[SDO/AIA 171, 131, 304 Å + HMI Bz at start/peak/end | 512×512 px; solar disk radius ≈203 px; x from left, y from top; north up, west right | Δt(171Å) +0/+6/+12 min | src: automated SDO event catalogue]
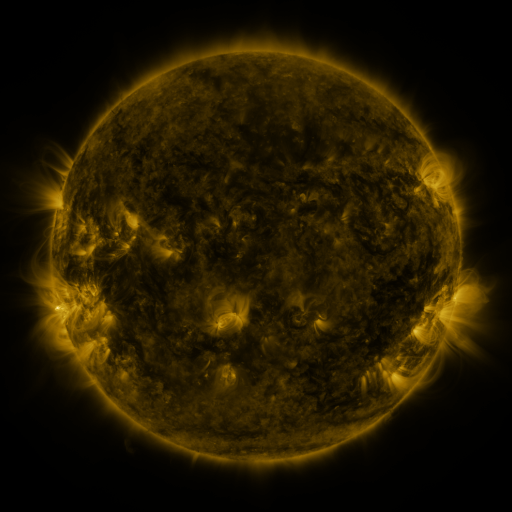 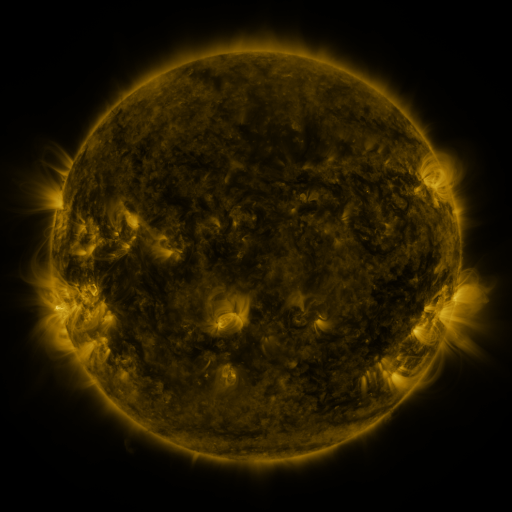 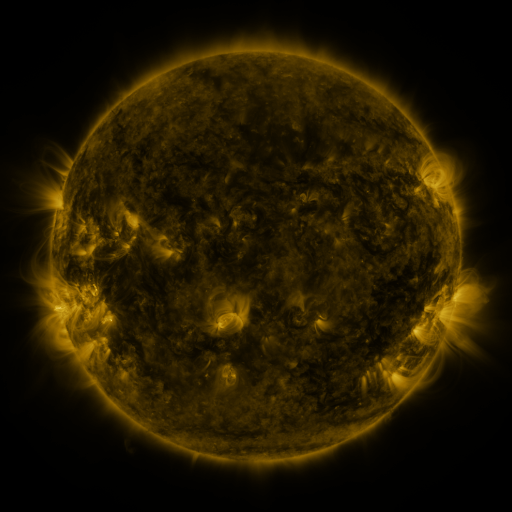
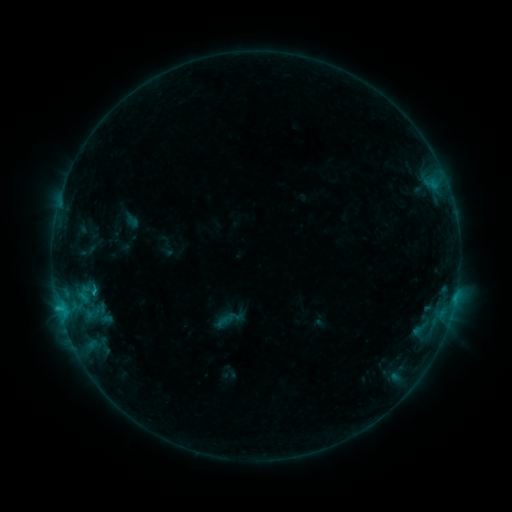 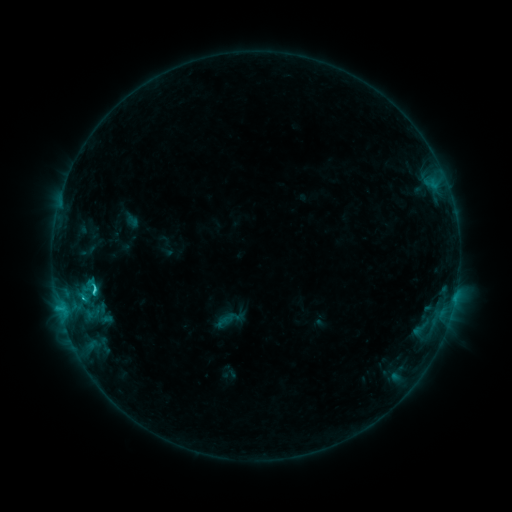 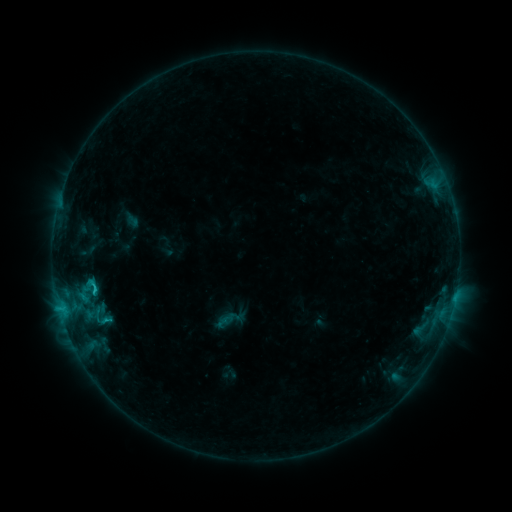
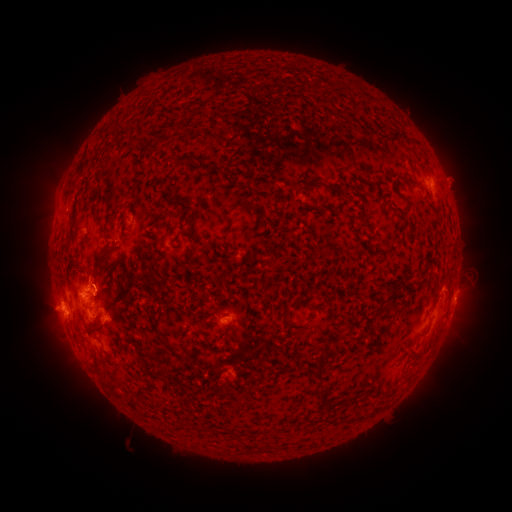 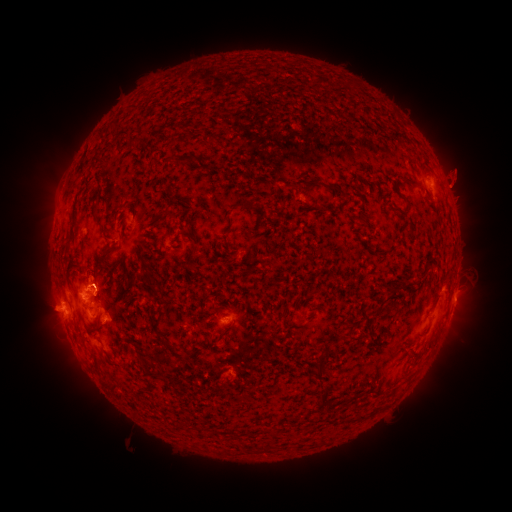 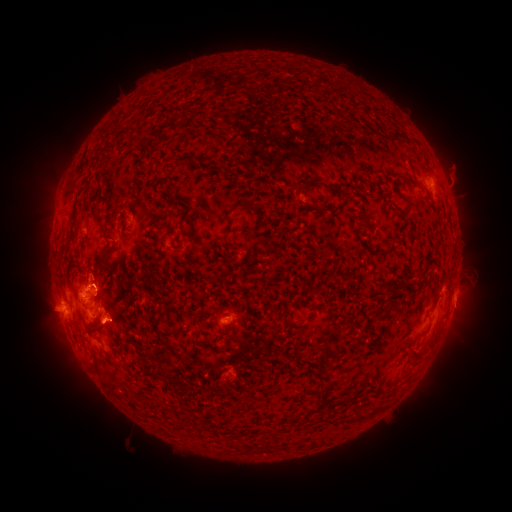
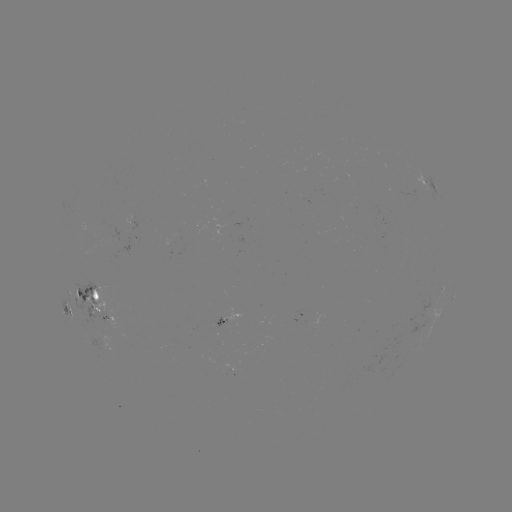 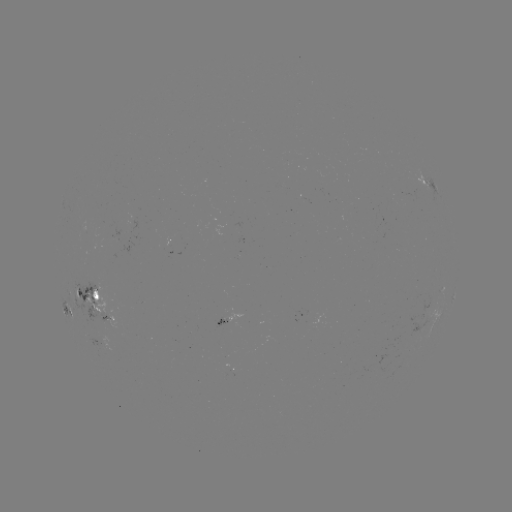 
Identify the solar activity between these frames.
eruption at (459, 169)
